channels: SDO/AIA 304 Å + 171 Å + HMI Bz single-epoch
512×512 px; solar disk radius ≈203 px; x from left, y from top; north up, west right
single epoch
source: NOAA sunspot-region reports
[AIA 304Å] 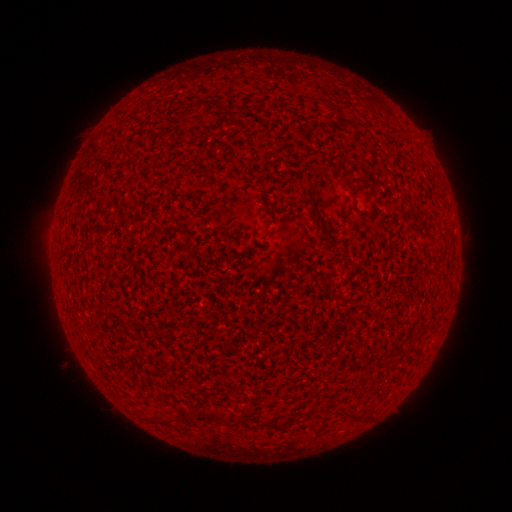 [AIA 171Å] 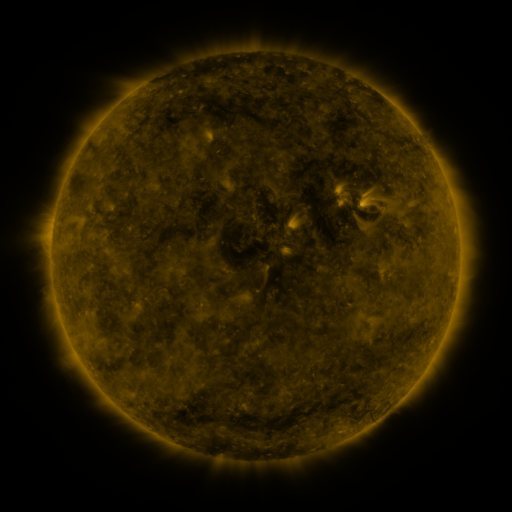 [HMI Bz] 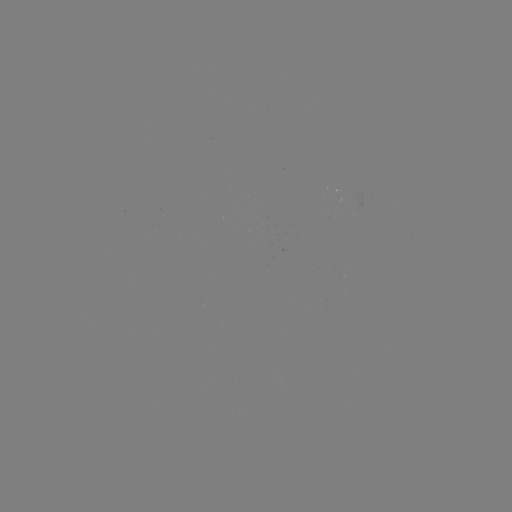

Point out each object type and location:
(none)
